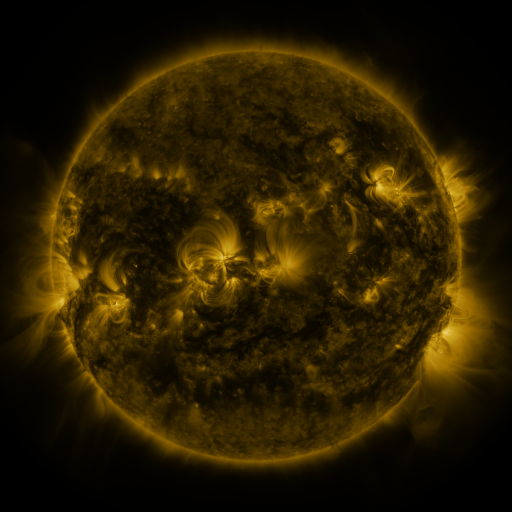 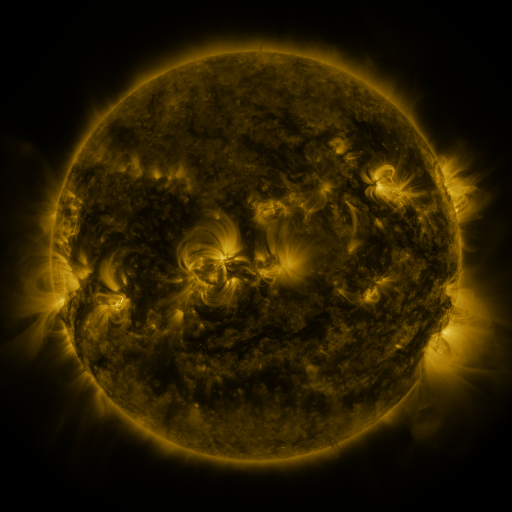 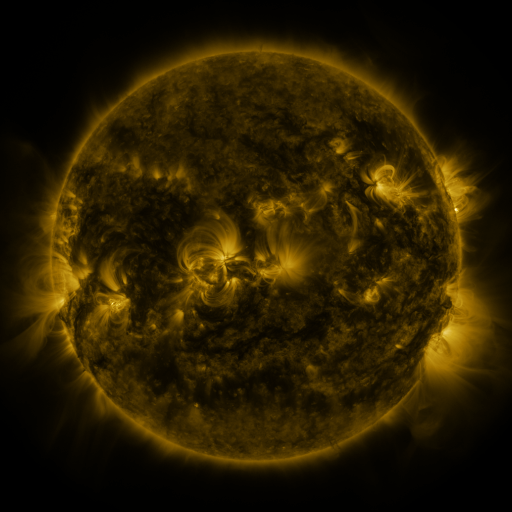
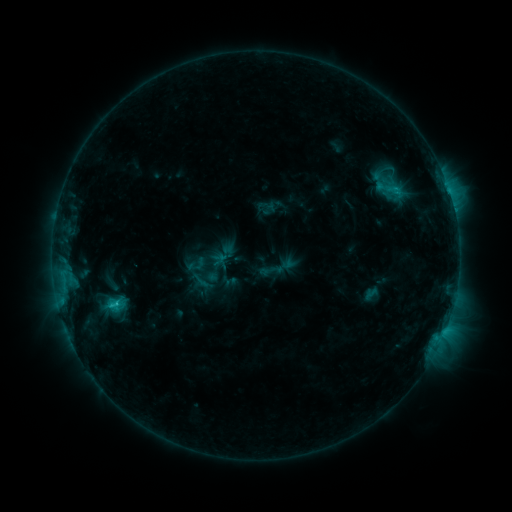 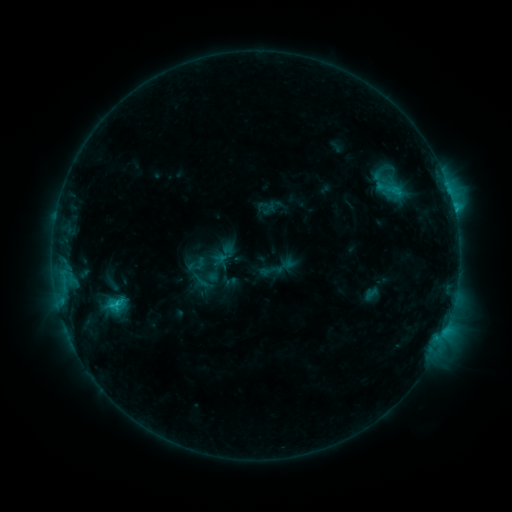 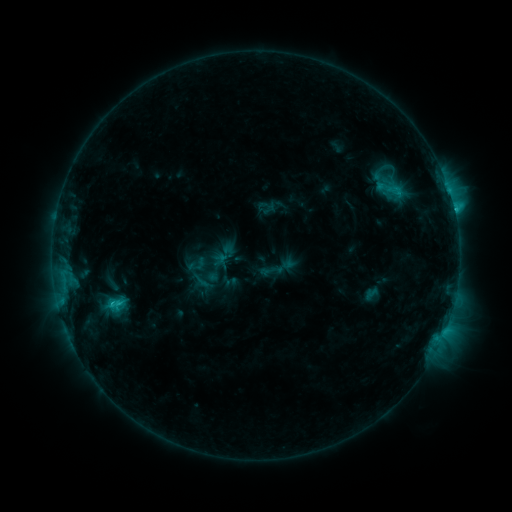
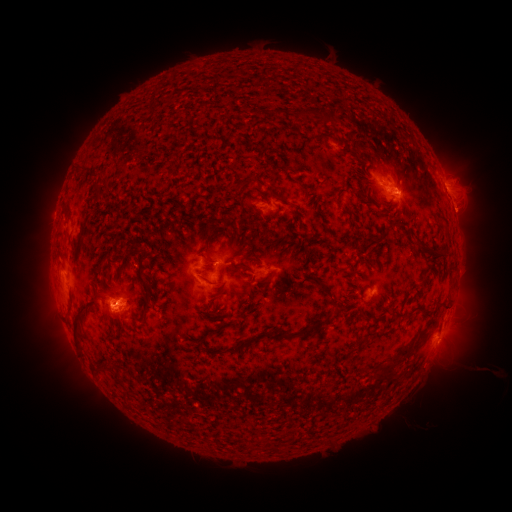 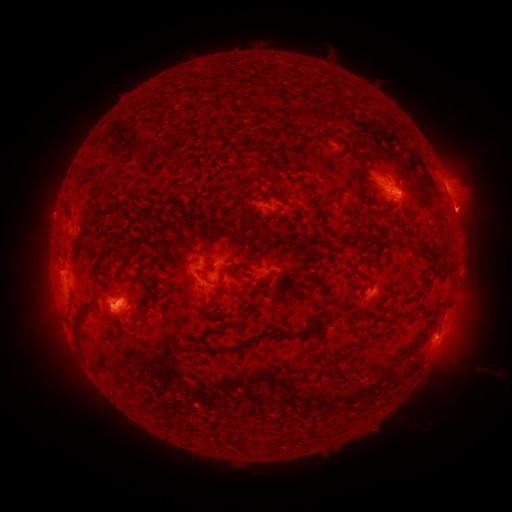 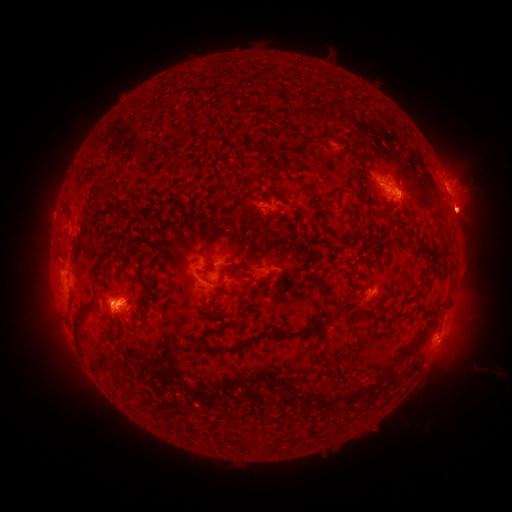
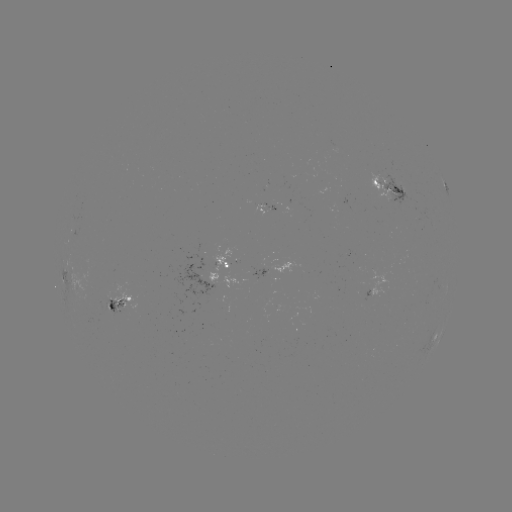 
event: eruption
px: (465, 213)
